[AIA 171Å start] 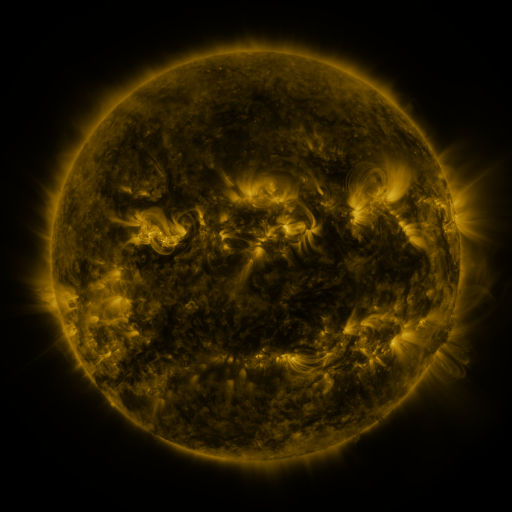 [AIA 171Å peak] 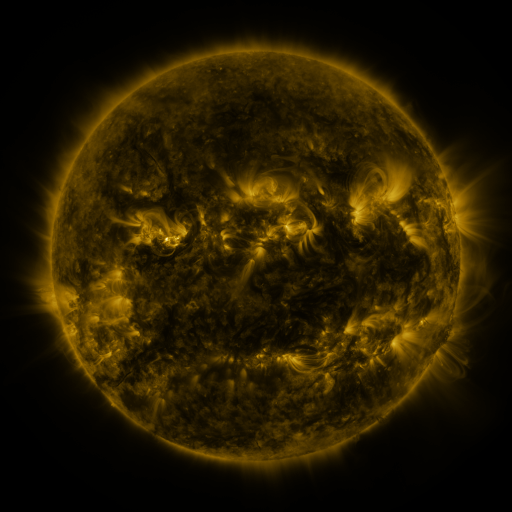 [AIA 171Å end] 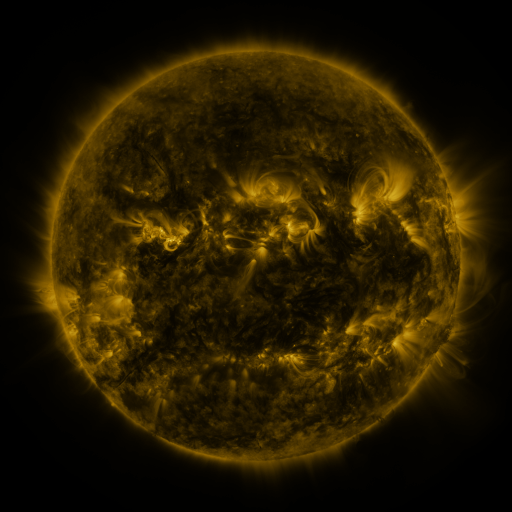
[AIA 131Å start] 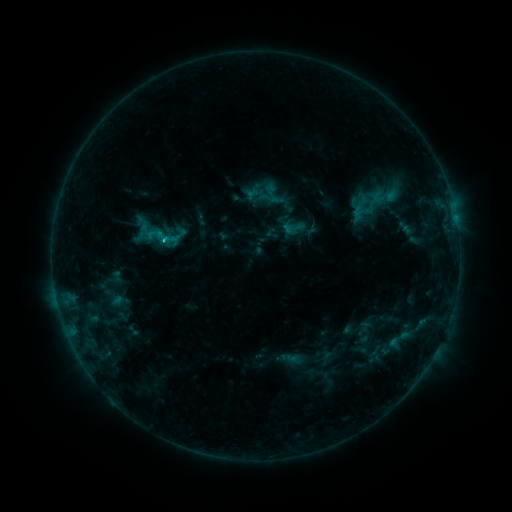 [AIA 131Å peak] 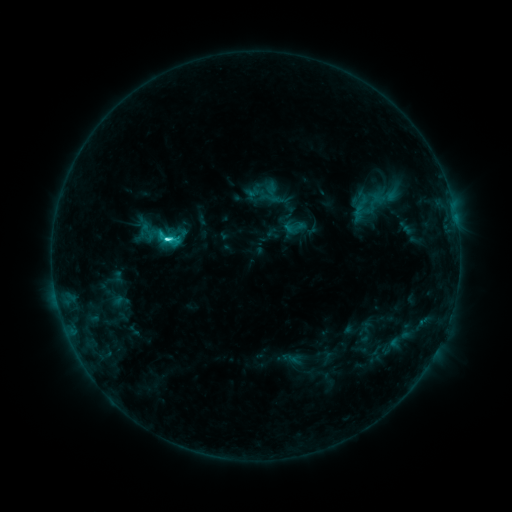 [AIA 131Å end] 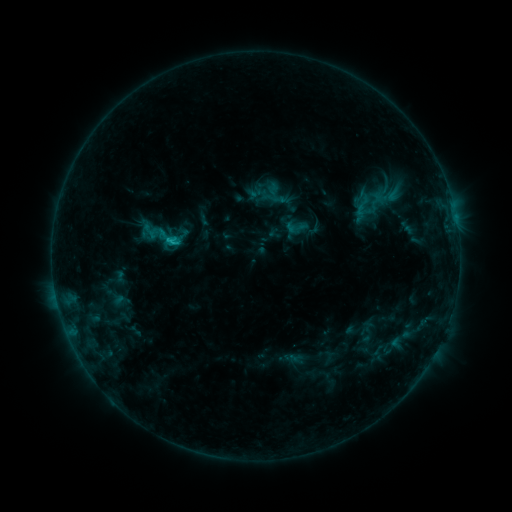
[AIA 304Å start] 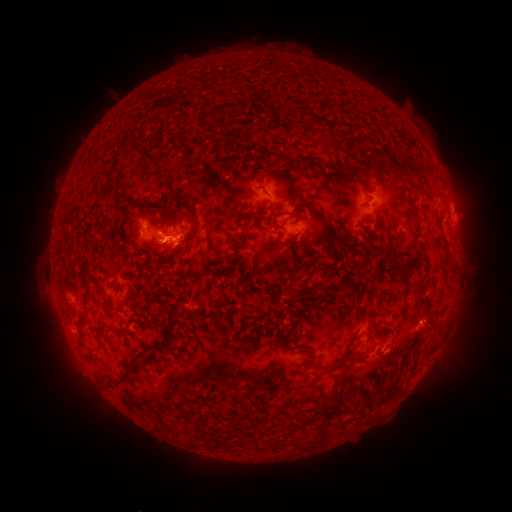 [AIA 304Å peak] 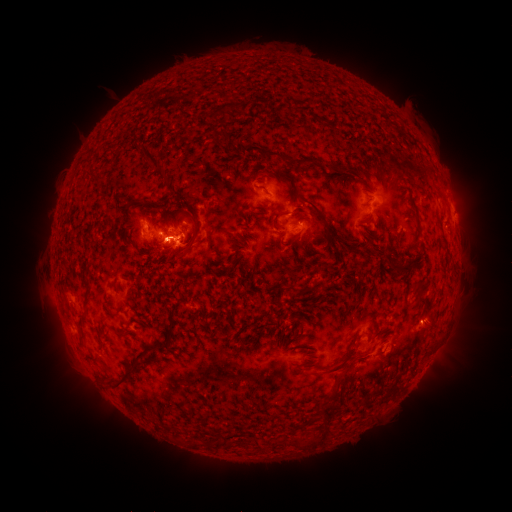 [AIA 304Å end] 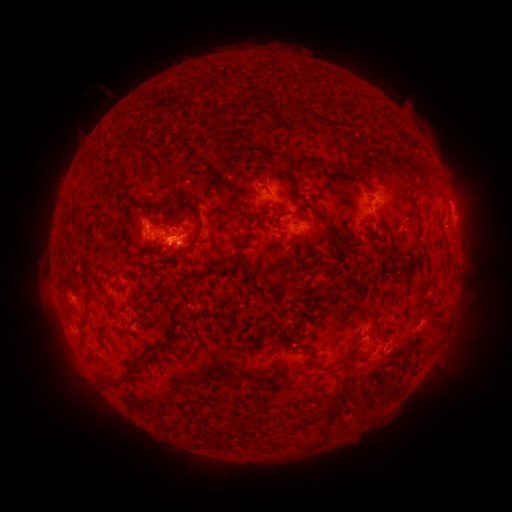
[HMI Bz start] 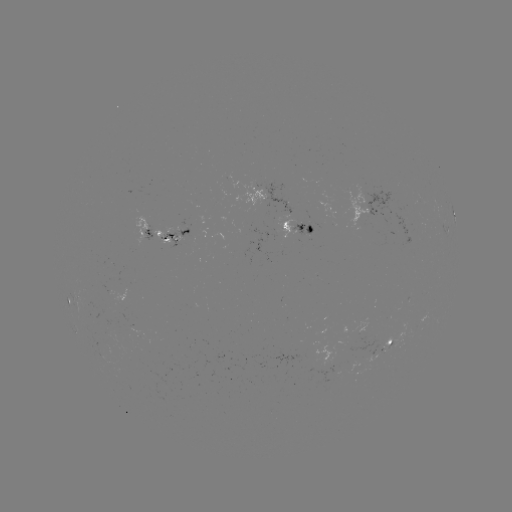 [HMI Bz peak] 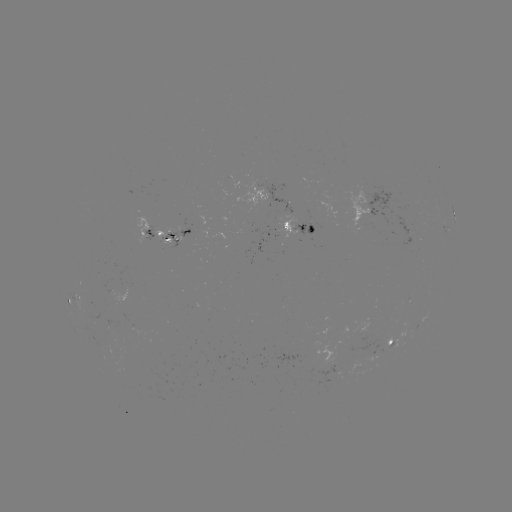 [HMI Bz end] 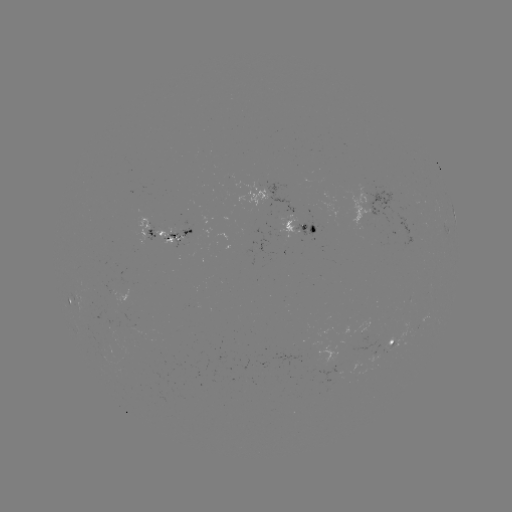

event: flare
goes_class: C3.0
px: (170, 241)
